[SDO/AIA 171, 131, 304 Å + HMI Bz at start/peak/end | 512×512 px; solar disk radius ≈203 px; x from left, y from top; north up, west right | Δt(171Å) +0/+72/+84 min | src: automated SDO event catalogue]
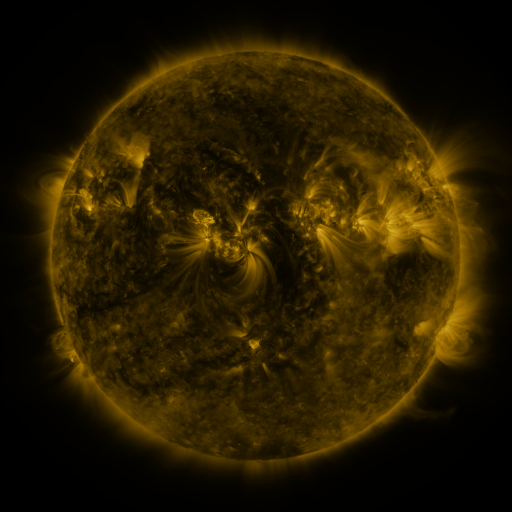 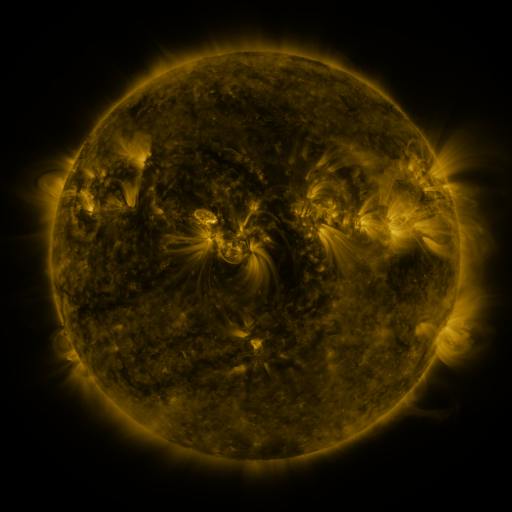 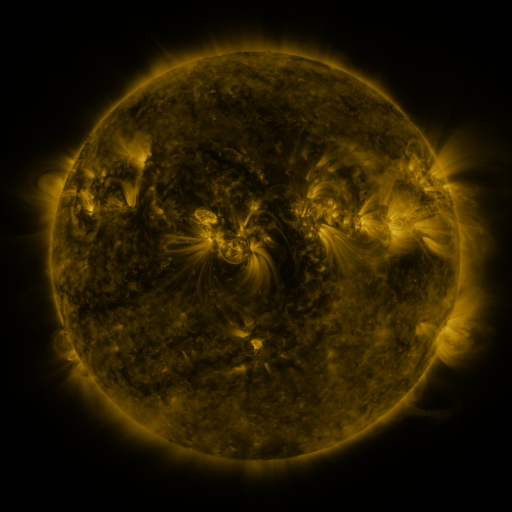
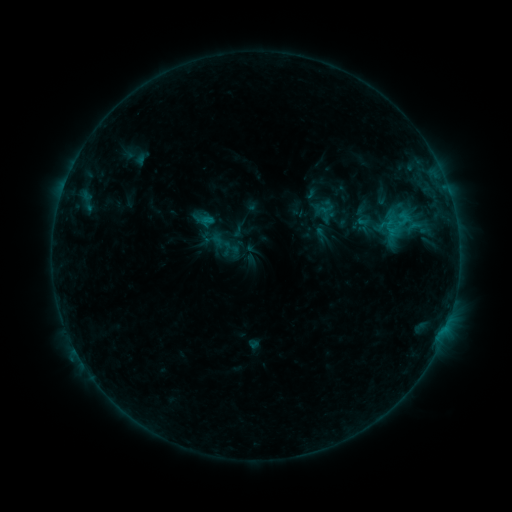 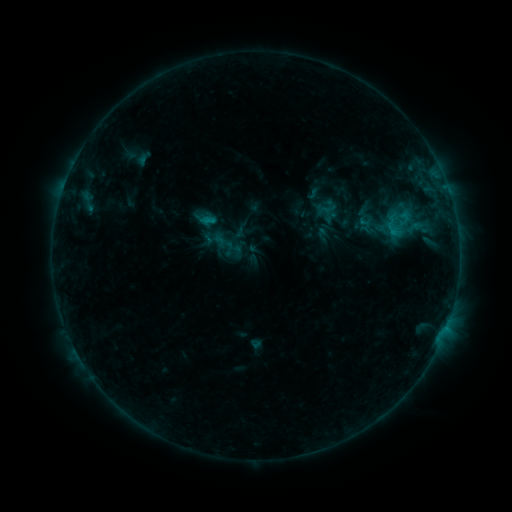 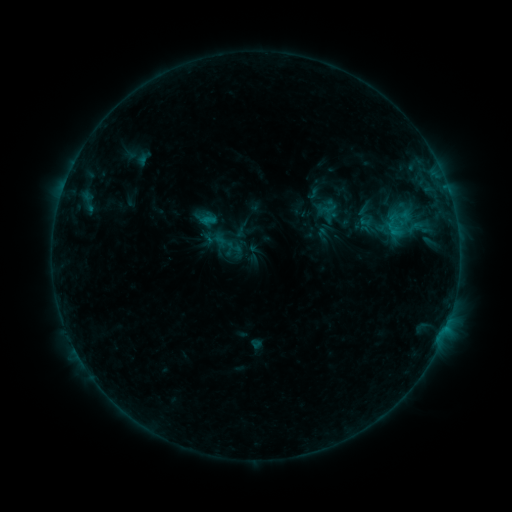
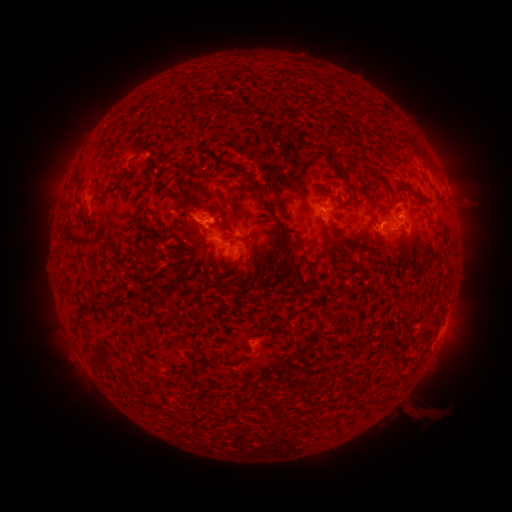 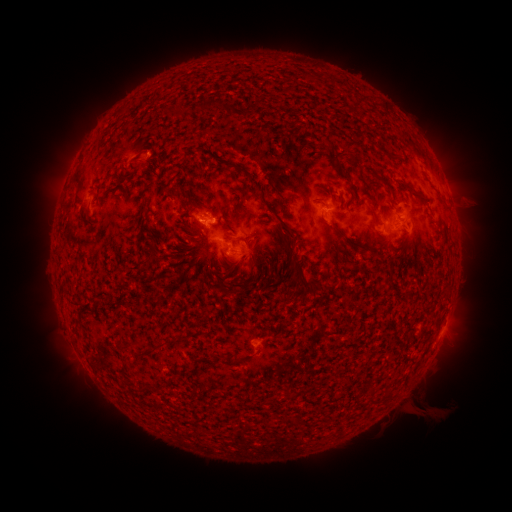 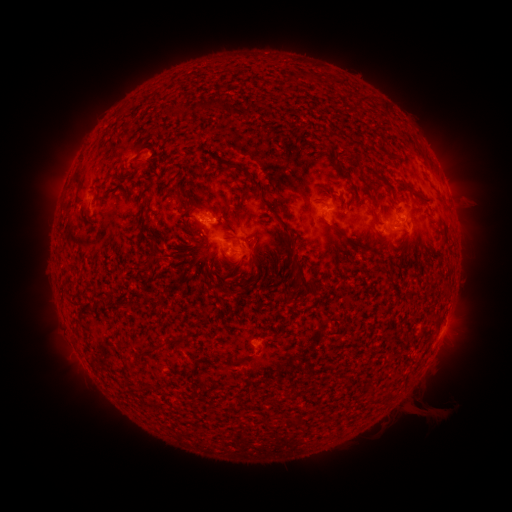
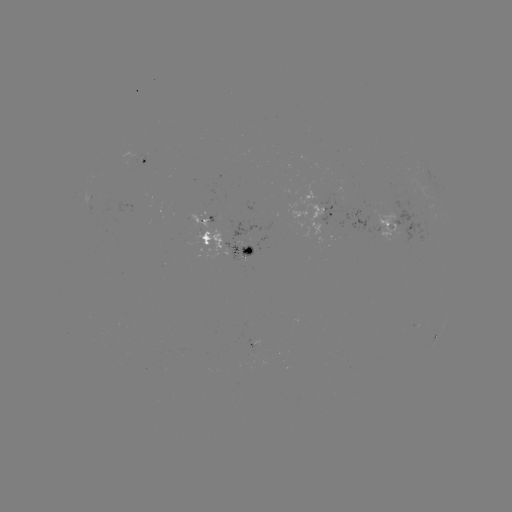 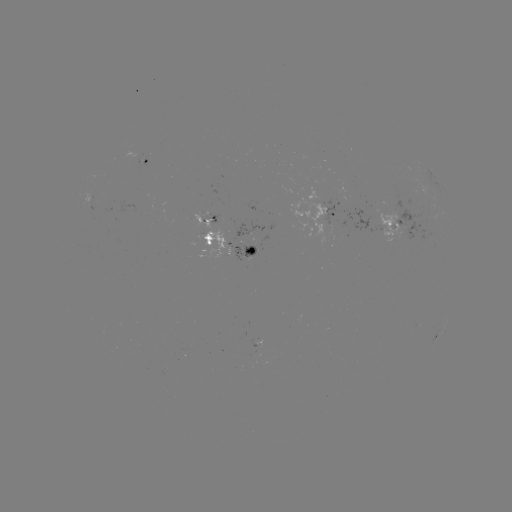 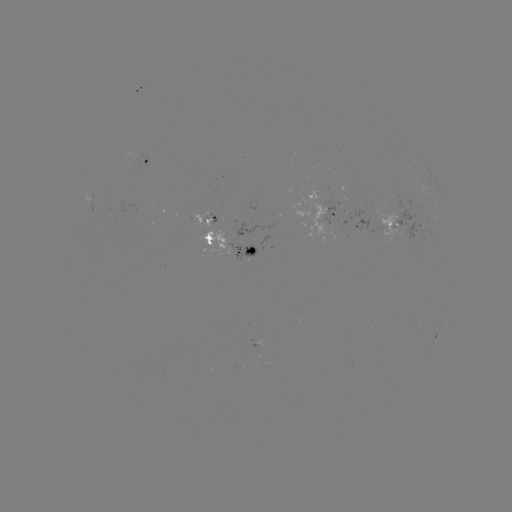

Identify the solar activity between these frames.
emerging-flux region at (246, 254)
